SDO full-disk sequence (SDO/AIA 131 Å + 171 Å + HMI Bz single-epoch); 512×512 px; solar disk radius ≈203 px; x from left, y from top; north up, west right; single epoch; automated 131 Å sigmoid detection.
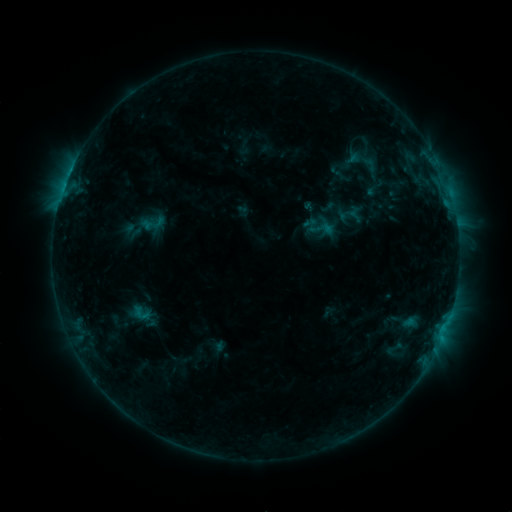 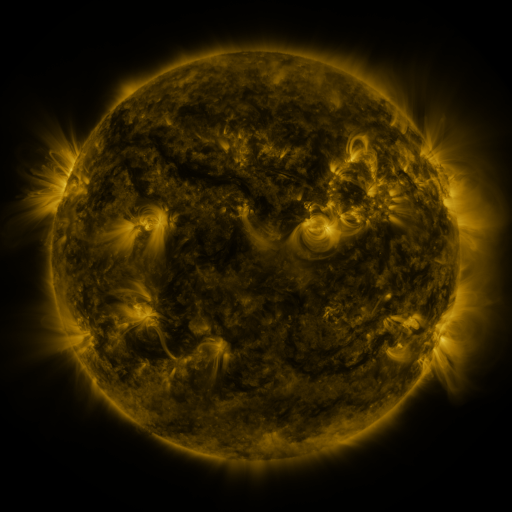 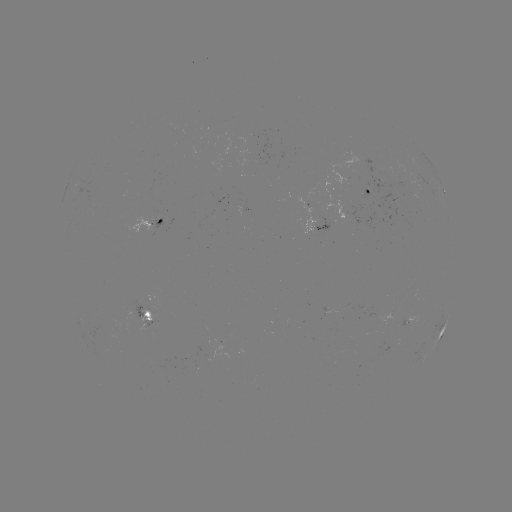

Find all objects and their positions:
sigmoid: (139, 210, 166, 236)
sigmoid: (129, 304, 153, 322)
